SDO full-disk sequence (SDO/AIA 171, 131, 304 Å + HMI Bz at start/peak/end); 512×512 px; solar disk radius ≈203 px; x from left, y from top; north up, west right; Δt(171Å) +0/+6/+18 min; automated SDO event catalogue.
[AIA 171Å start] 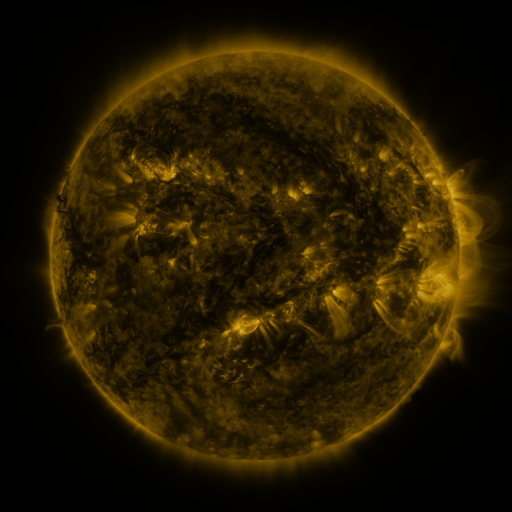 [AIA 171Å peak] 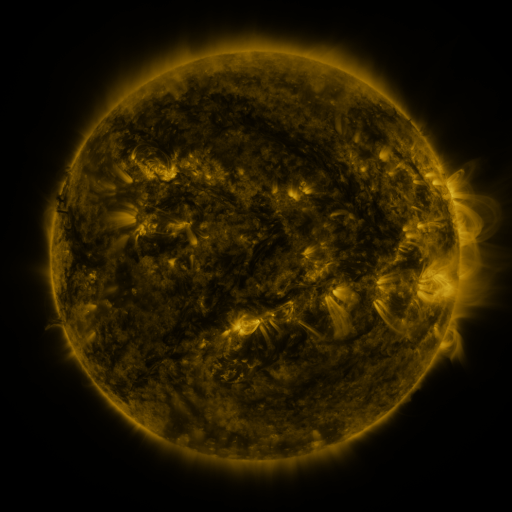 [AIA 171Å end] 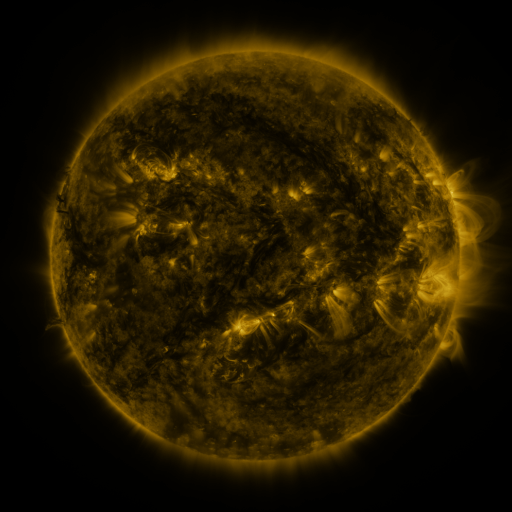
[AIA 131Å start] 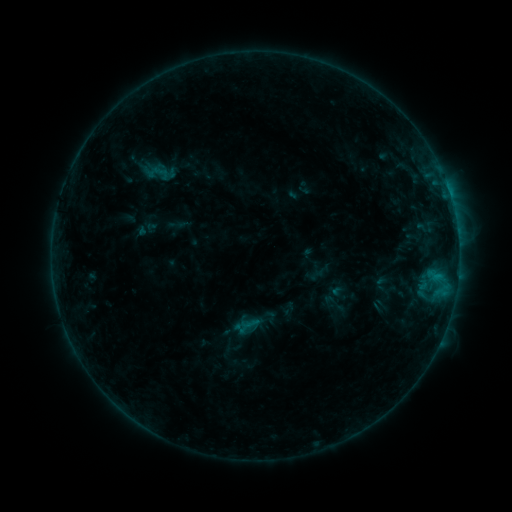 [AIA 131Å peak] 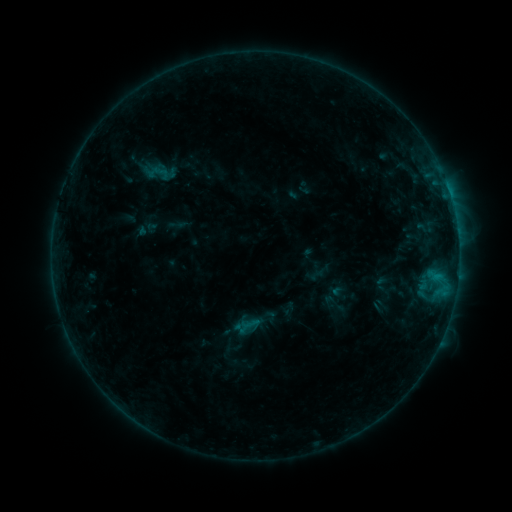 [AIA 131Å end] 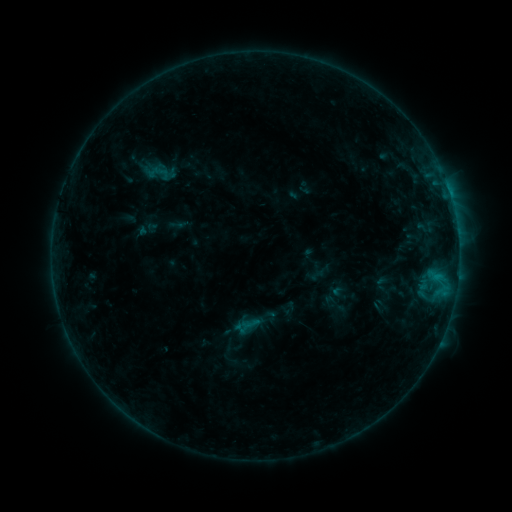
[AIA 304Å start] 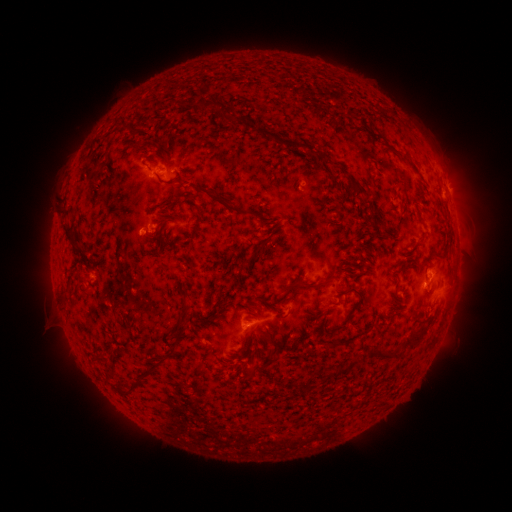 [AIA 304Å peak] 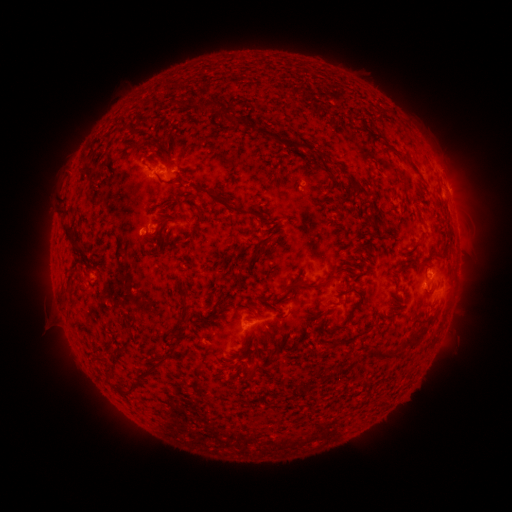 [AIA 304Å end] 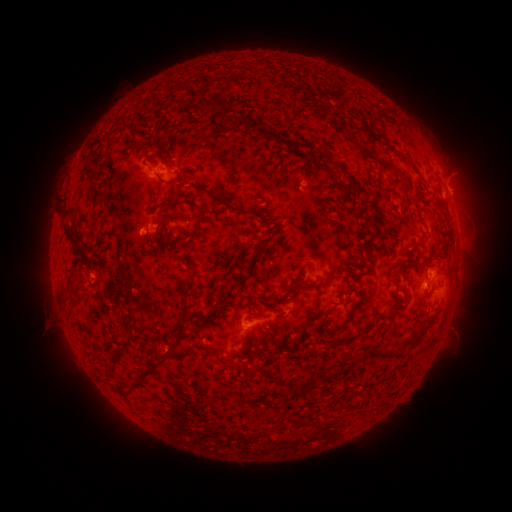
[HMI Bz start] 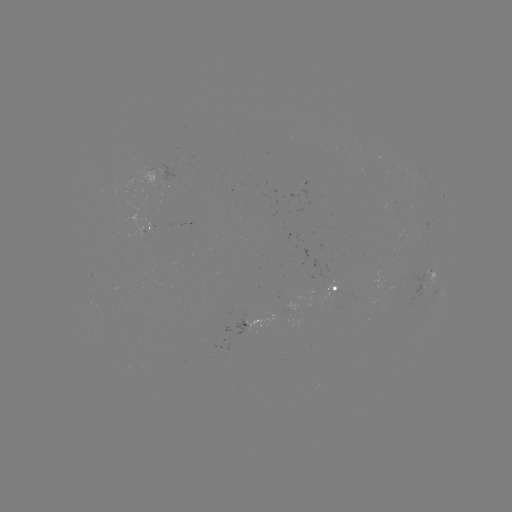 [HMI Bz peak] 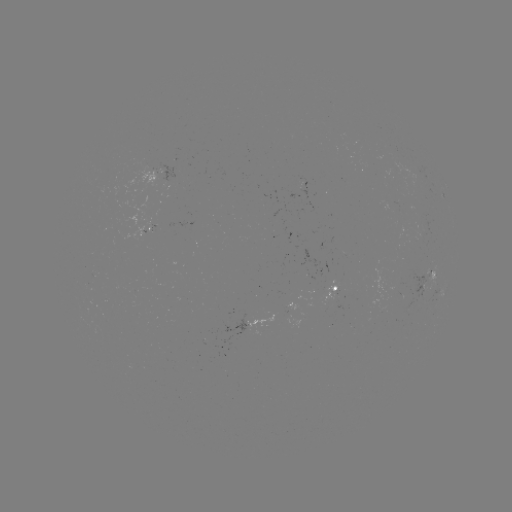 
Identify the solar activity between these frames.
nothing was catalogued: no classed flare, no EUV trigger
